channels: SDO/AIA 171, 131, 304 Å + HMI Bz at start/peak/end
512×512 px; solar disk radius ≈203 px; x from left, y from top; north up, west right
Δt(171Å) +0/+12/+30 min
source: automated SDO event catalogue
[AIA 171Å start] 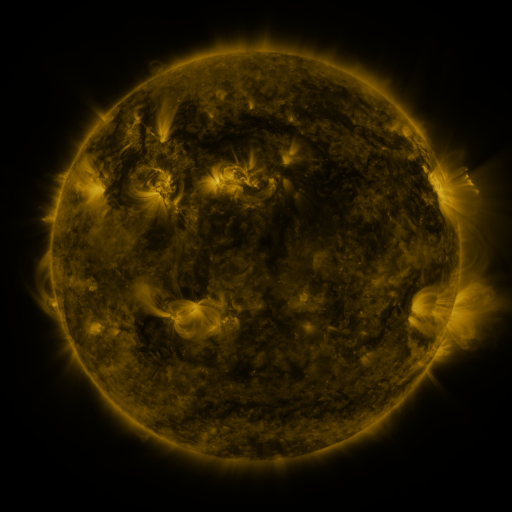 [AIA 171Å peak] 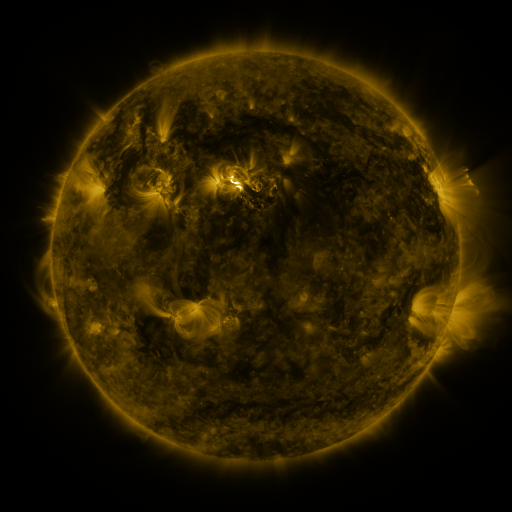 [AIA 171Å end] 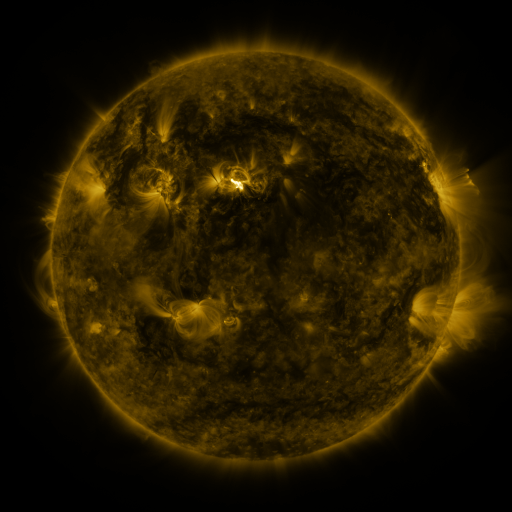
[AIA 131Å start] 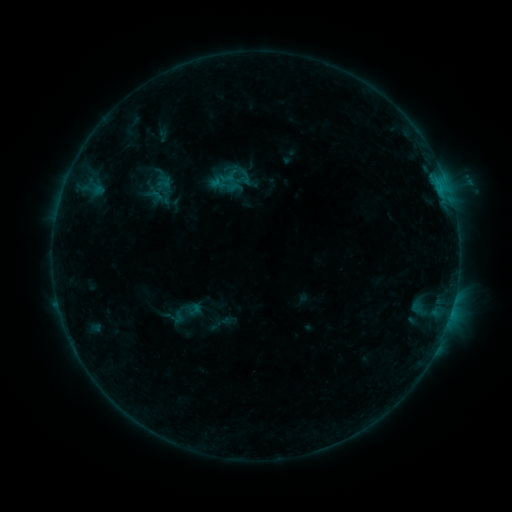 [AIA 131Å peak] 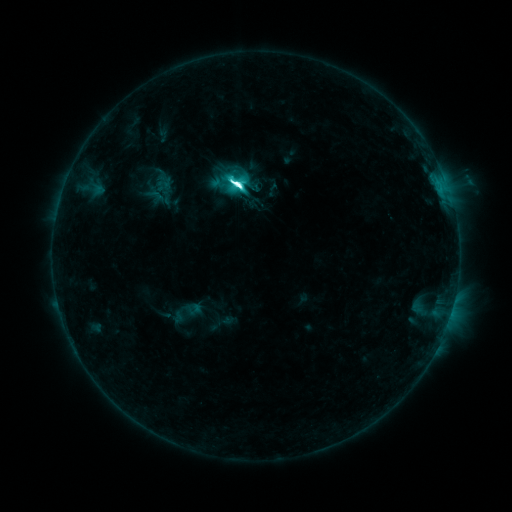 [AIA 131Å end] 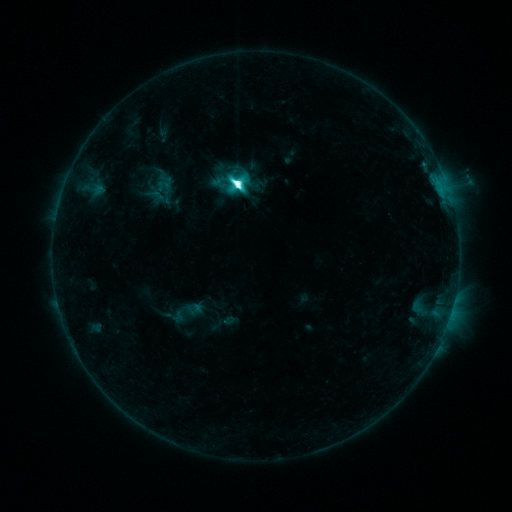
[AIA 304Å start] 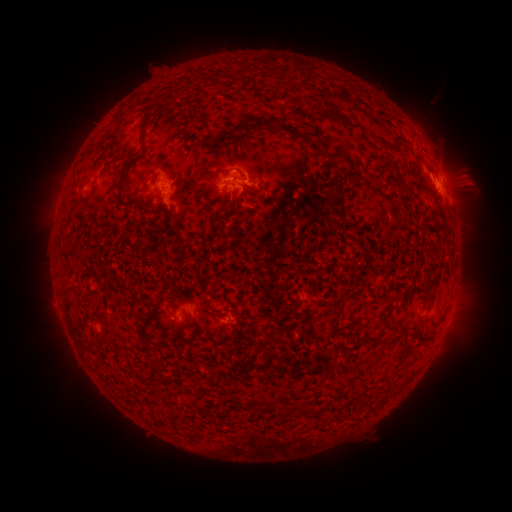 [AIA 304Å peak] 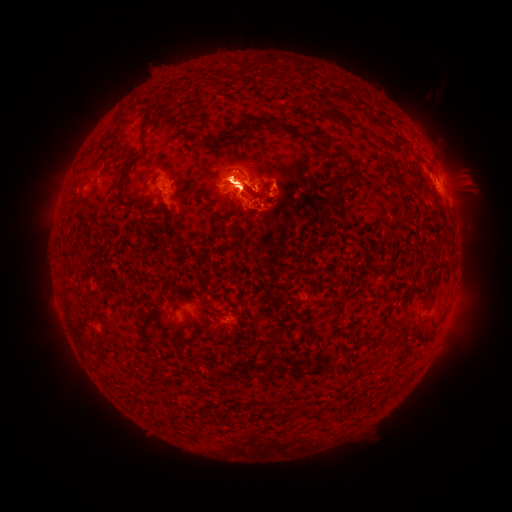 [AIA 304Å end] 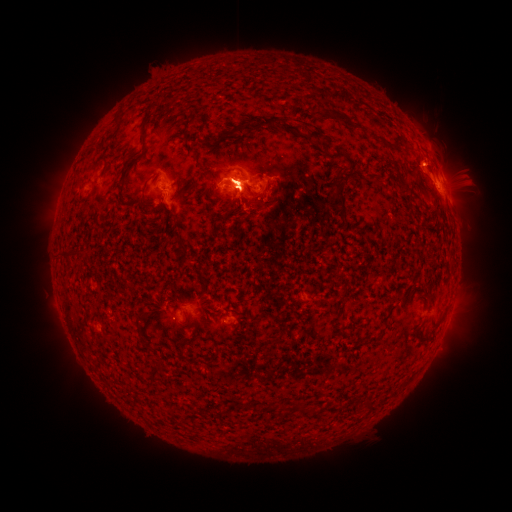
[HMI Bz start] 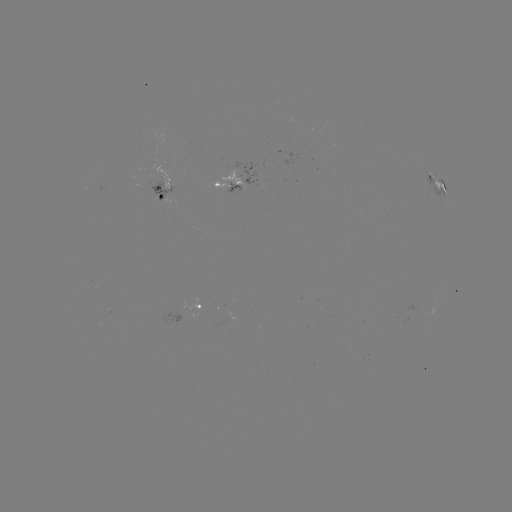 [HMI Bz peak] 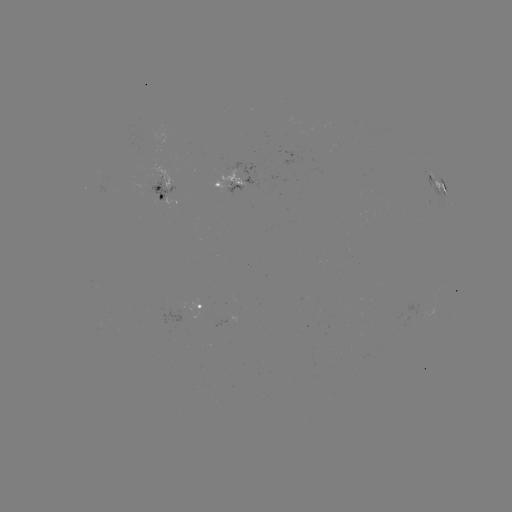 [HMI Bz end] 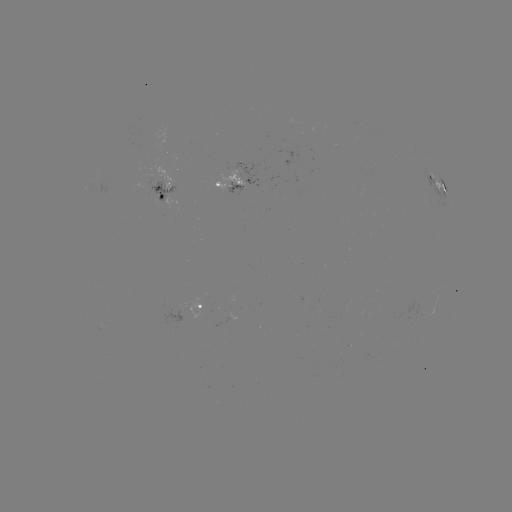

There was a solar flare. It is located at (238, 185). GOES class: M2.8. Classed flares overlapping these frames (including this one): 1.